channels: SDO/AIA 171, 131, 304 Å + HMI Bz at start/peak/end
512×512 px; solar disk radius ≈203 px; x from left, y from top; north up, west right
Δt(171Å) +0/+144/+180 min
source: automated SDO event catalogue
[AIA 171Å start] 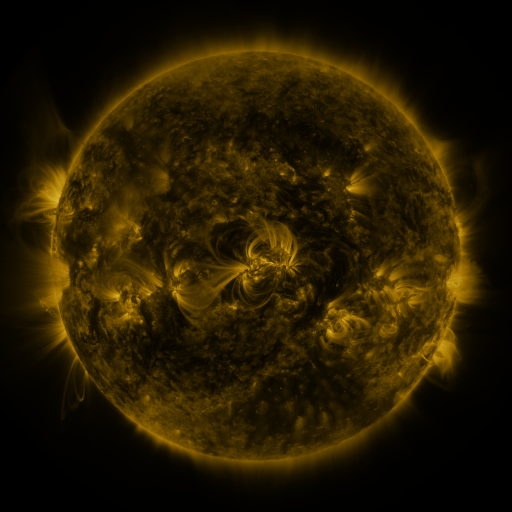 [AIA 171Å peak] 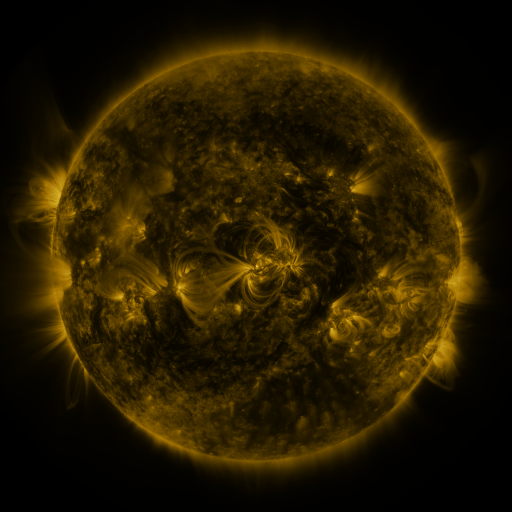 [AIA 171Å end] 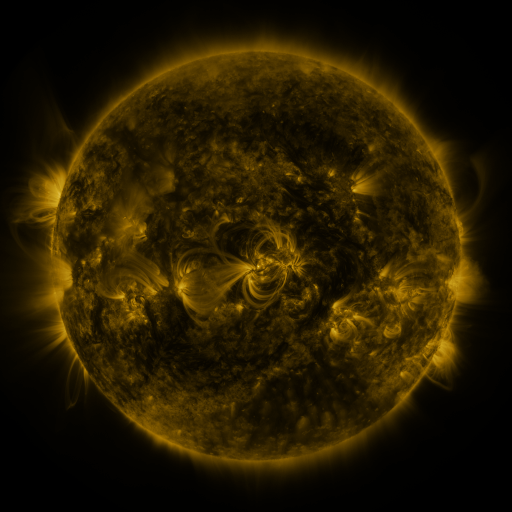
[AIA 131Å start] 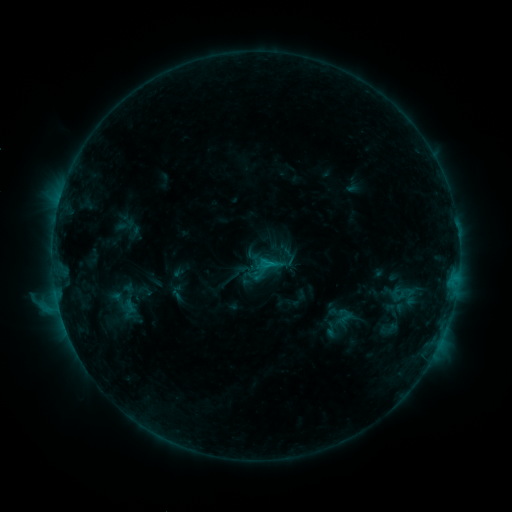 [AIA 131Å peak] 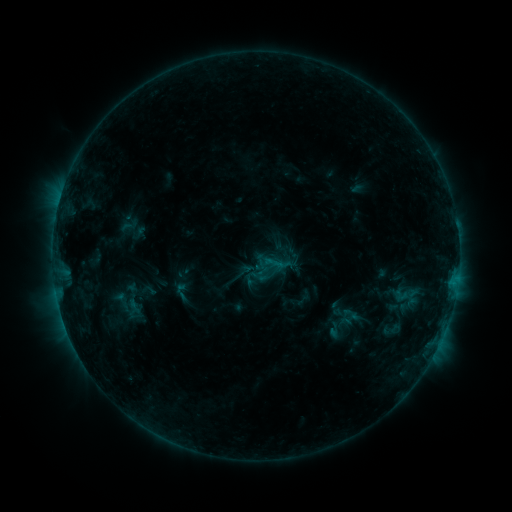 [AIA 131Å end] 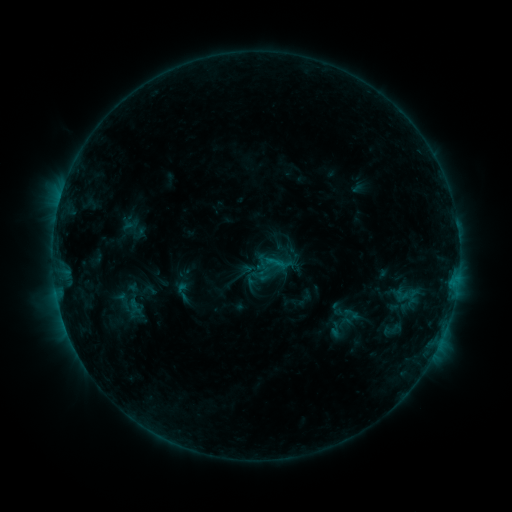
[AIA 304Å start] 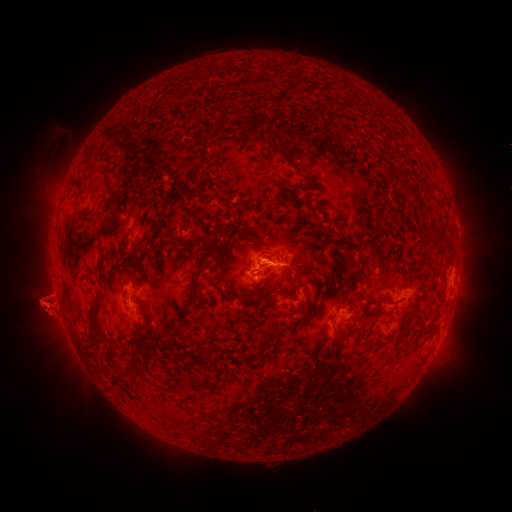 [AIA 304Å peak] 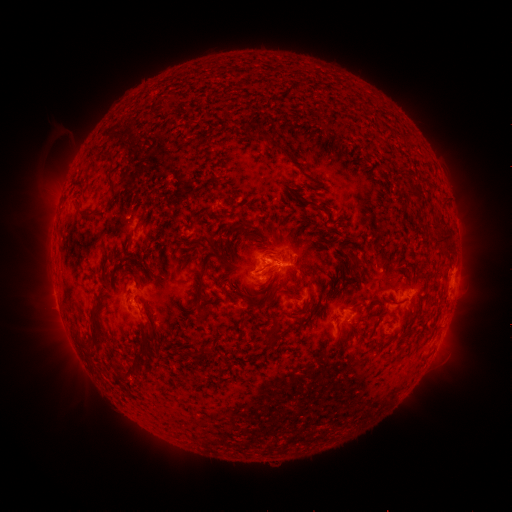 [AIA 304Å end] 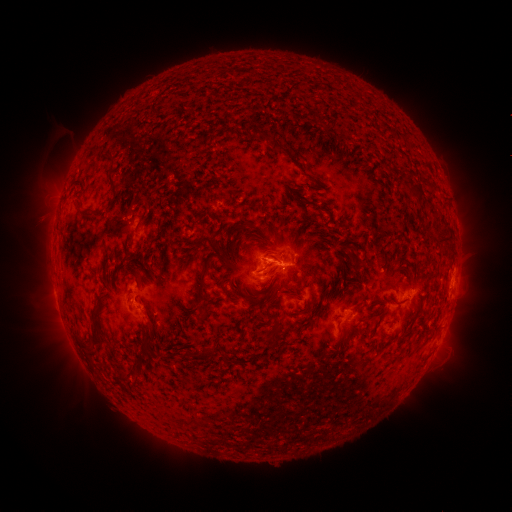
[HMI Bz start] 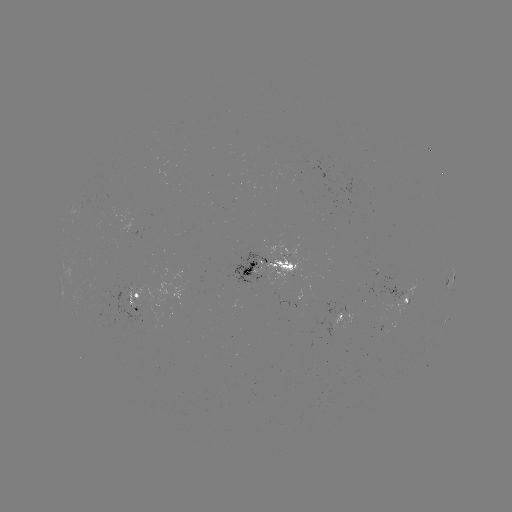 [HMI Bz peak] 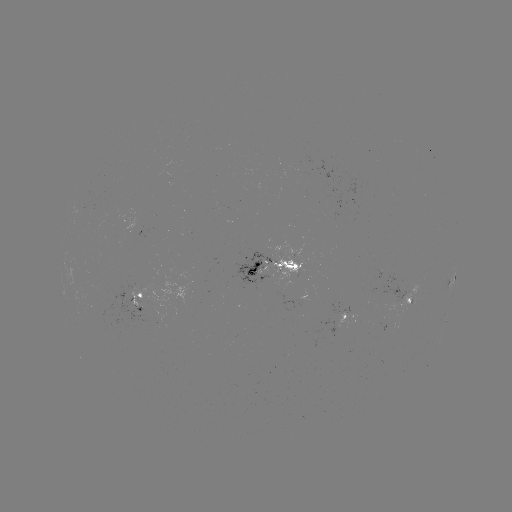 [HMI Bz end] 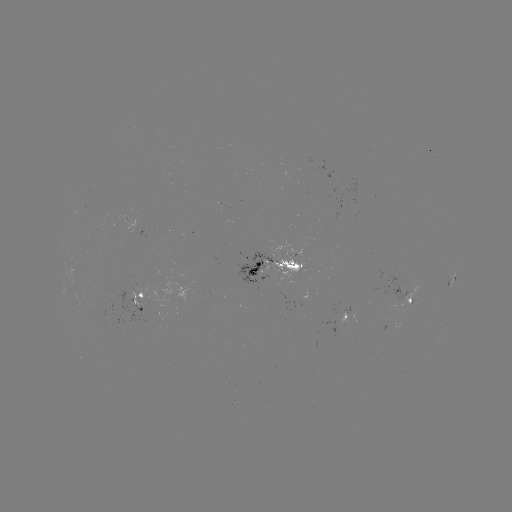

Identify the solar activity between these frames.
emerging-flux region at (258, 267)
